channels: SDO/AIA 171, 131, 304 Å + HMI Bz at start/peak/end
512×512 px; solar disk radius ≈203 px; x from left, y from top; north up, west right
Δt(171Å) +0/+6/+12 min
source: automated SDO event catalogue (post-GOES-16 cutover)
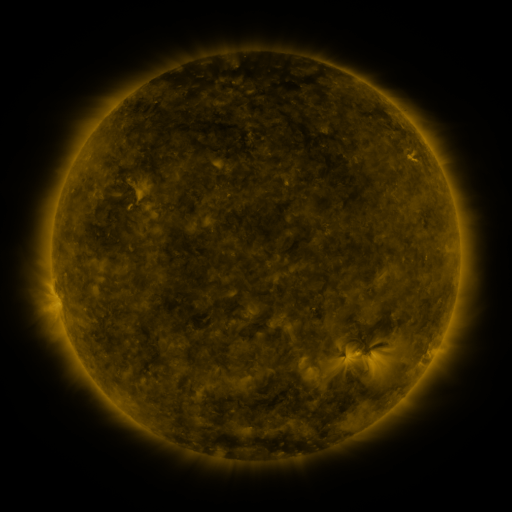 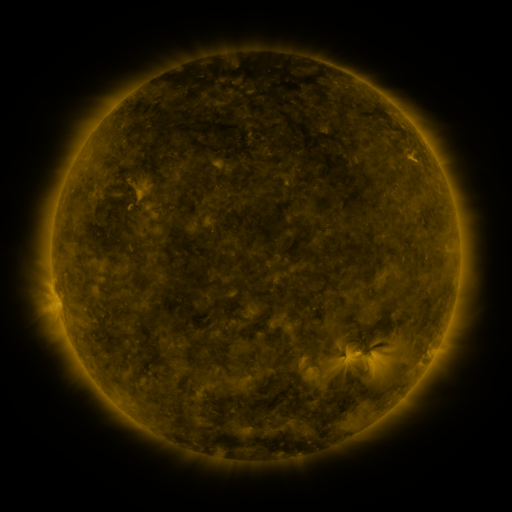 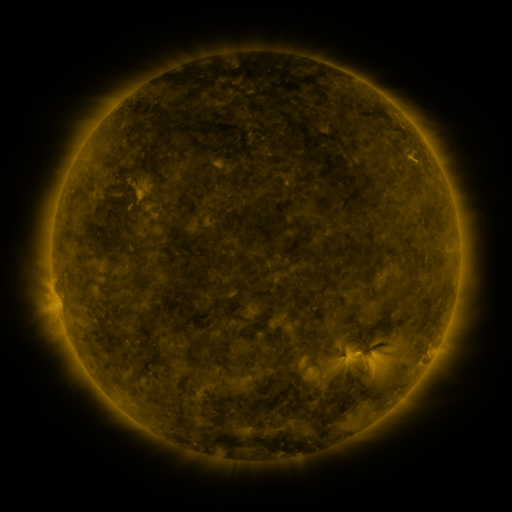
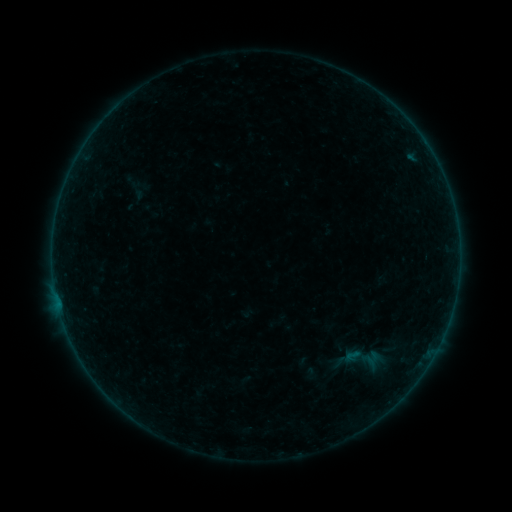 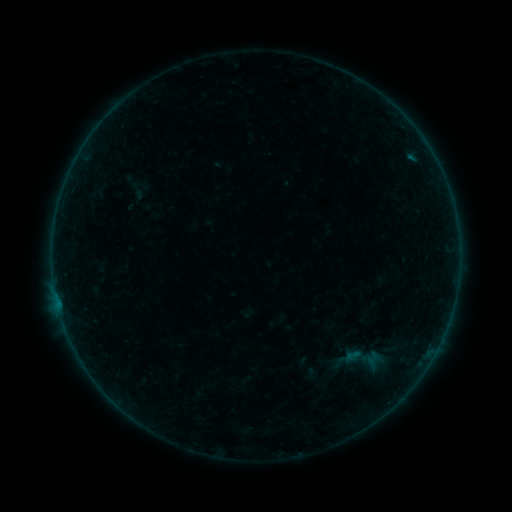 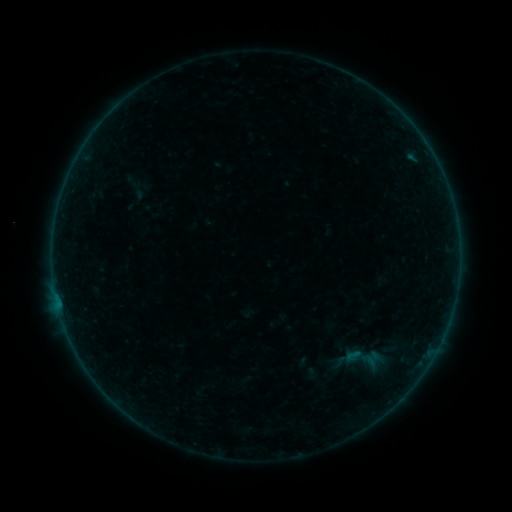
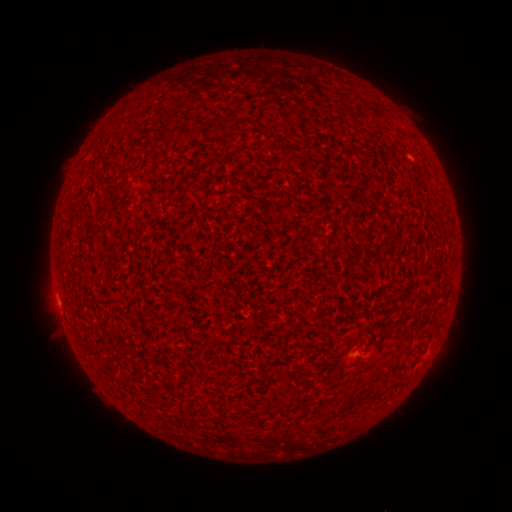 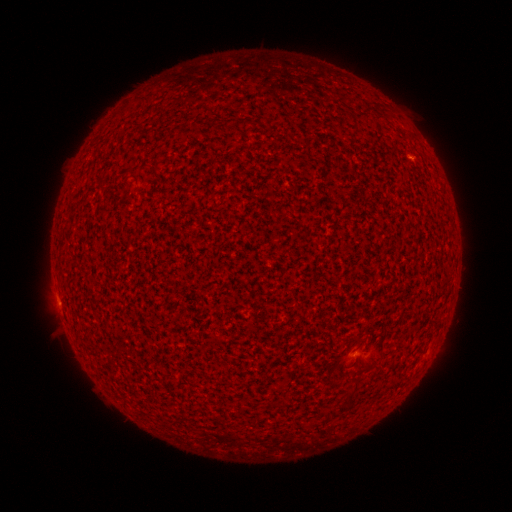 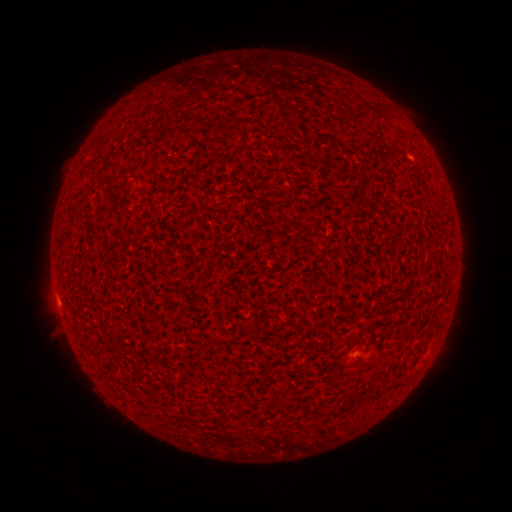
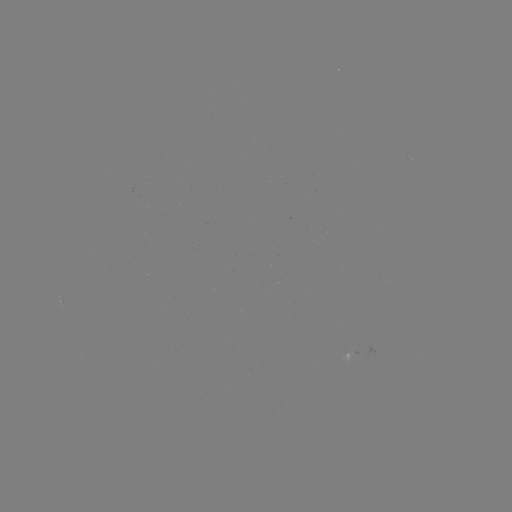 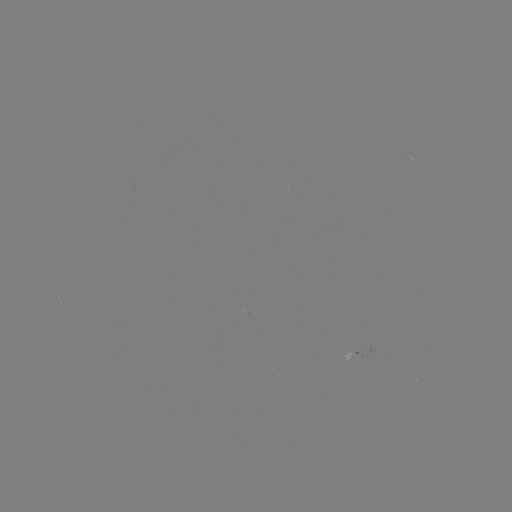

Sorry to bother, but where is A6.1 flare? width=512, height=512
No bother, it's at (411, 159).